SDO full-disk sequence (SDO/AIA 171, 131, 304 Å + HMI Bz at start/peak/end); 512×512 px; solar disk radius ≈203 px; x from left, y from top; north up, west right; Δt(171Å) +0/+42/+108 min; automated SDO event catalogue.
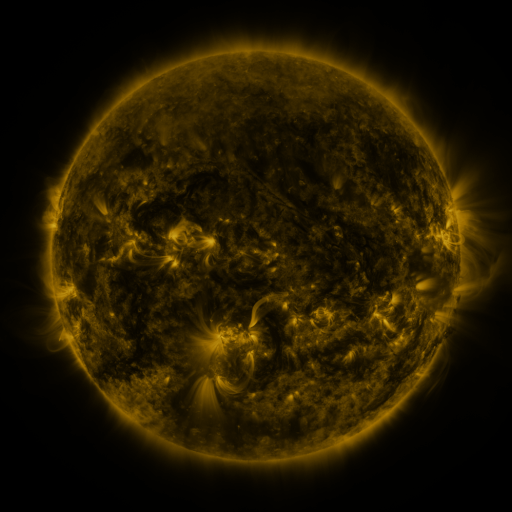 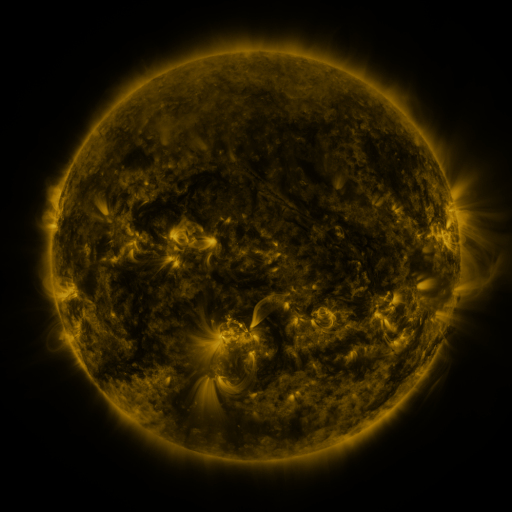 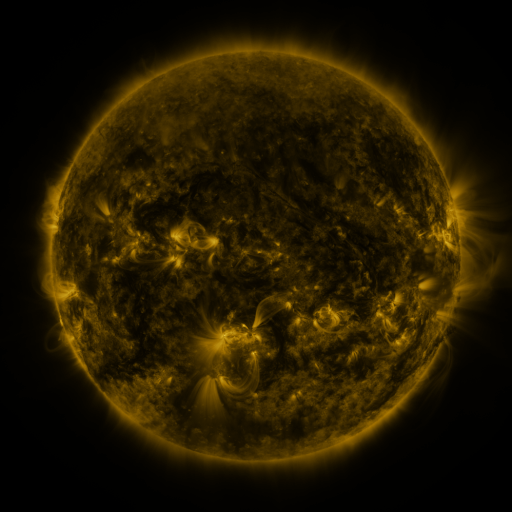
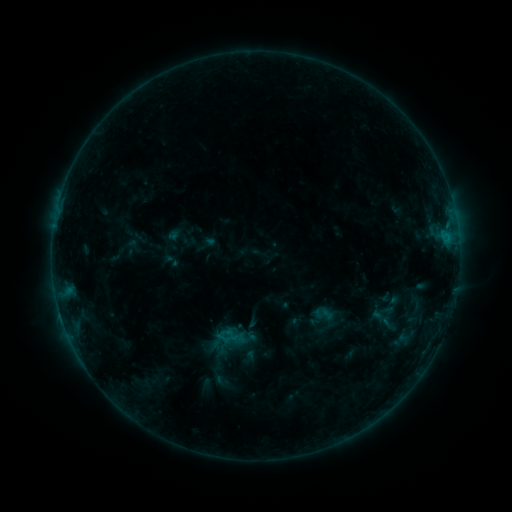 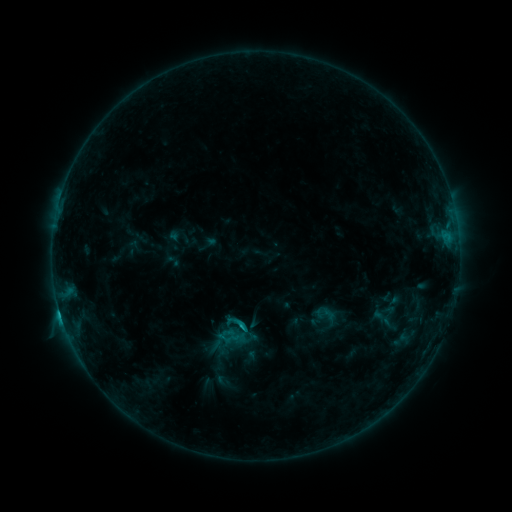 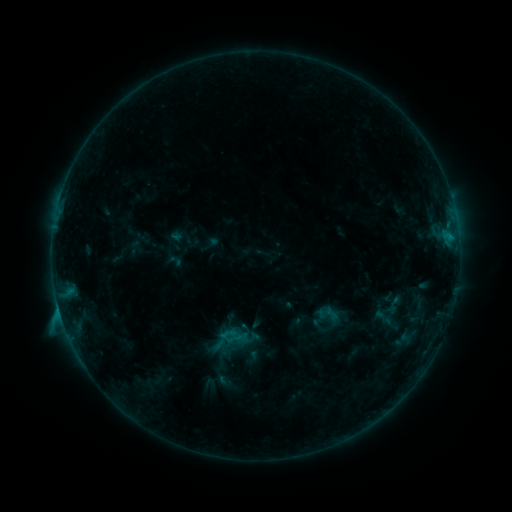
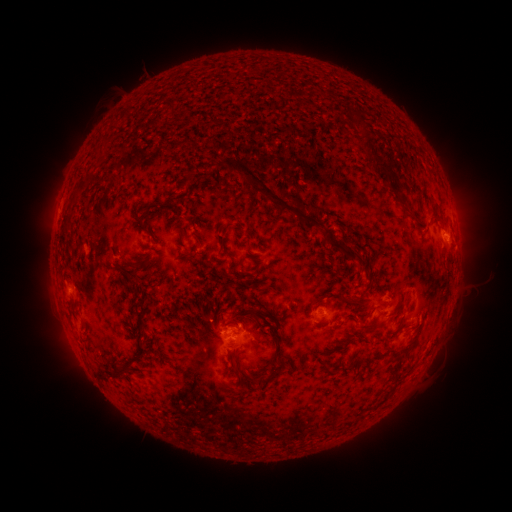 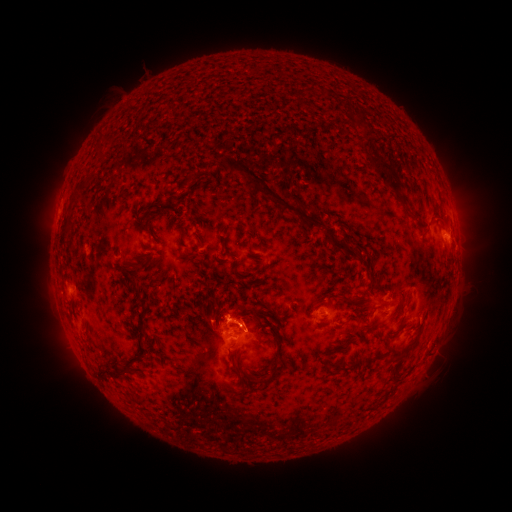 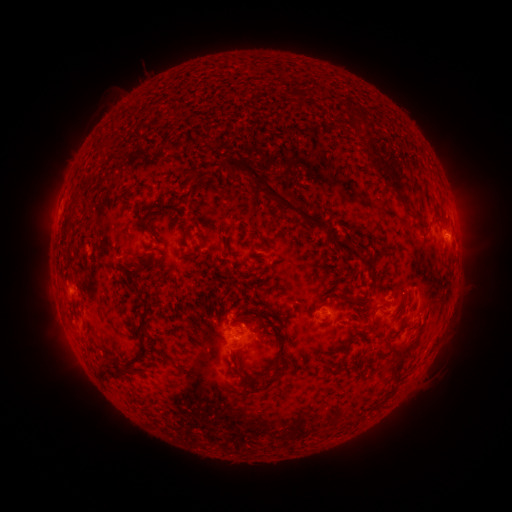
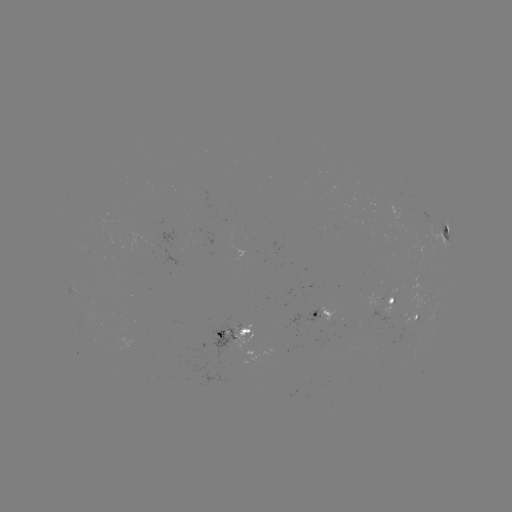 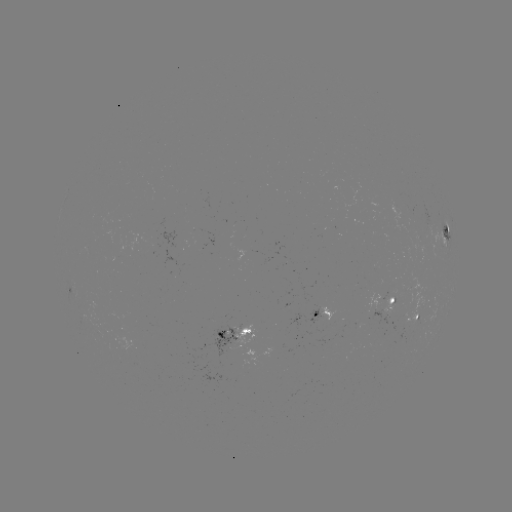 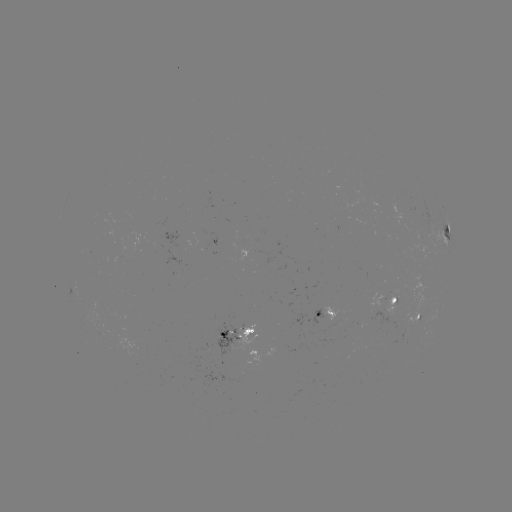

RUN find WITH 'C1.7 flare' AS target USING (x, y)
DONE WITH (245, 326) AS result